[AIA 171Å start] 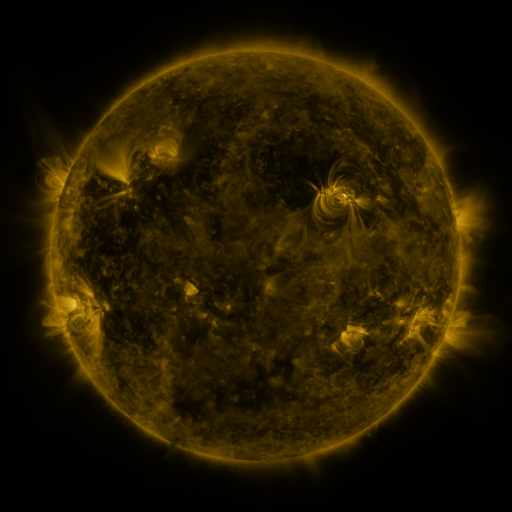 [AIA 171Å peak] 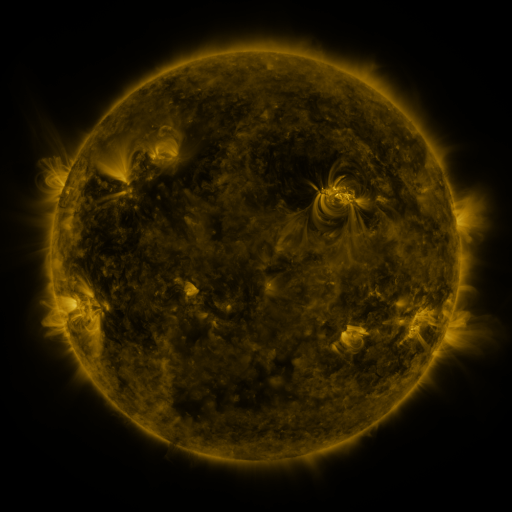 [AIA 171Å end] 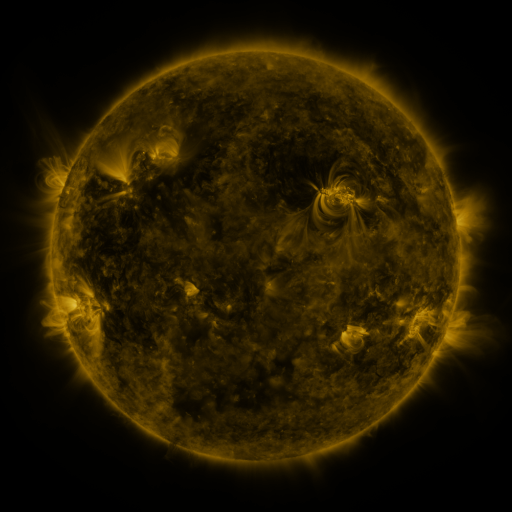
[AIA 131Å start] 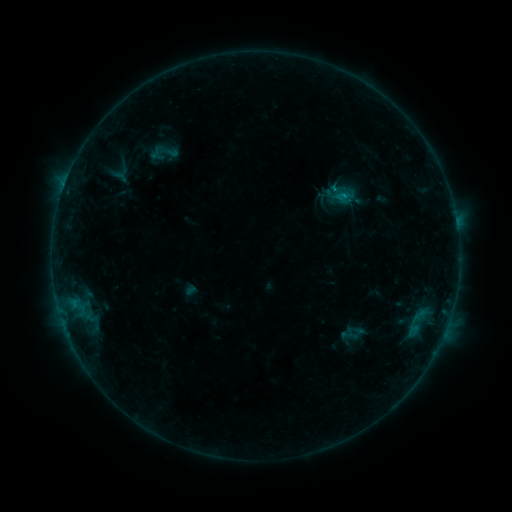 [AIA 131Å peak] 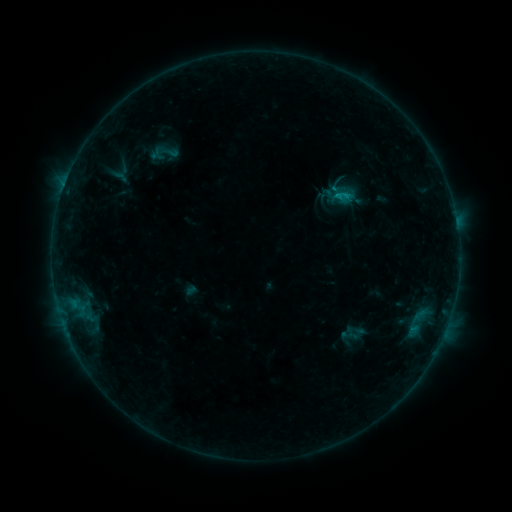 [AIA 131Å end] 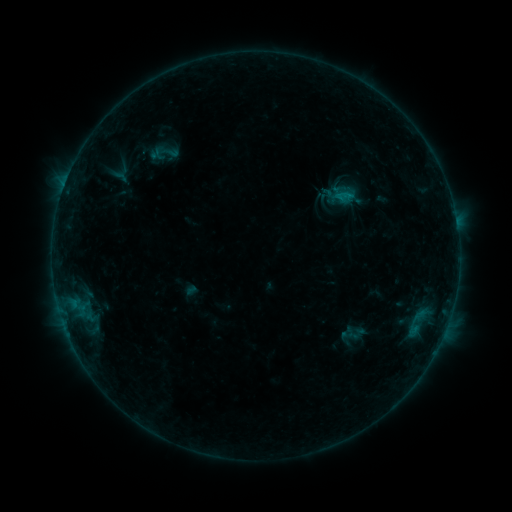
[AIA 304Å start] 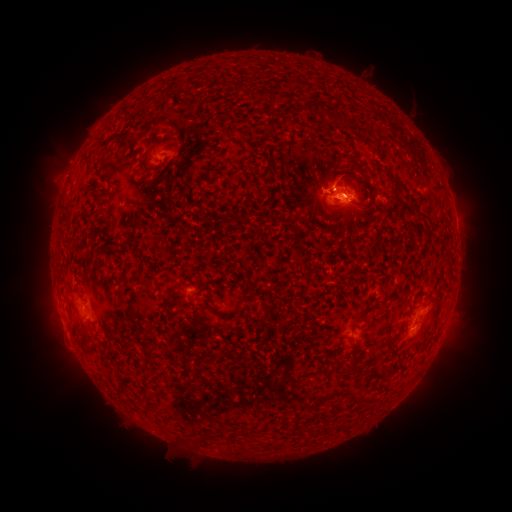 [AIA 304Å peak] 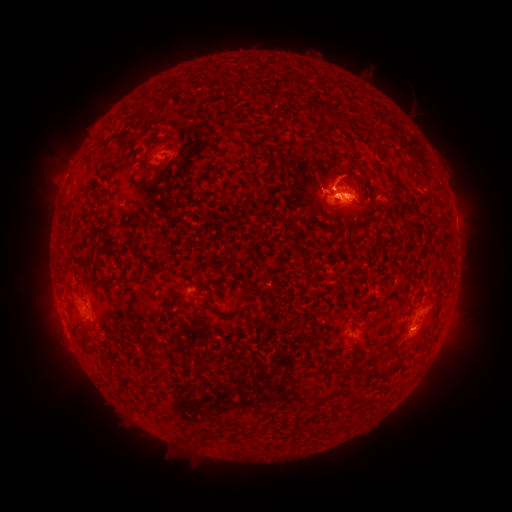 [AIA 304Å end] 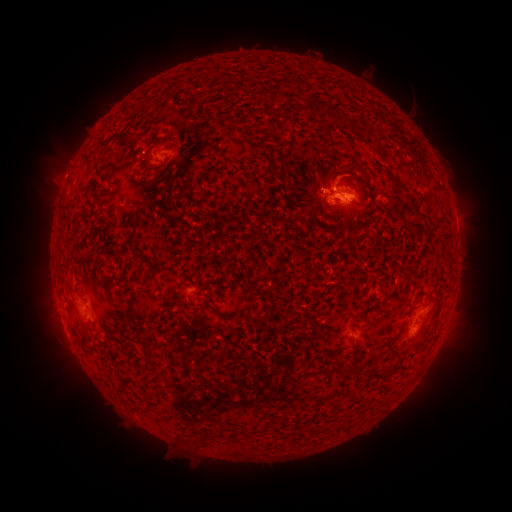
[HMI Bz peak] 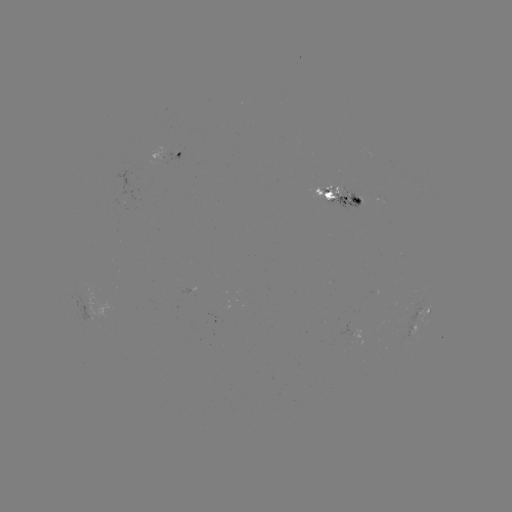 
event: flare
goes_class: B6.3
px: (330, 190)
